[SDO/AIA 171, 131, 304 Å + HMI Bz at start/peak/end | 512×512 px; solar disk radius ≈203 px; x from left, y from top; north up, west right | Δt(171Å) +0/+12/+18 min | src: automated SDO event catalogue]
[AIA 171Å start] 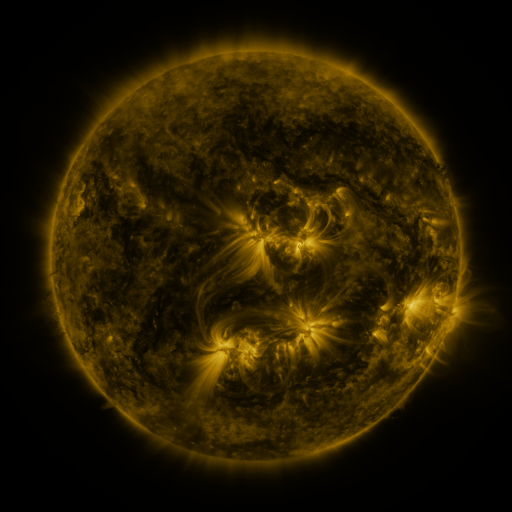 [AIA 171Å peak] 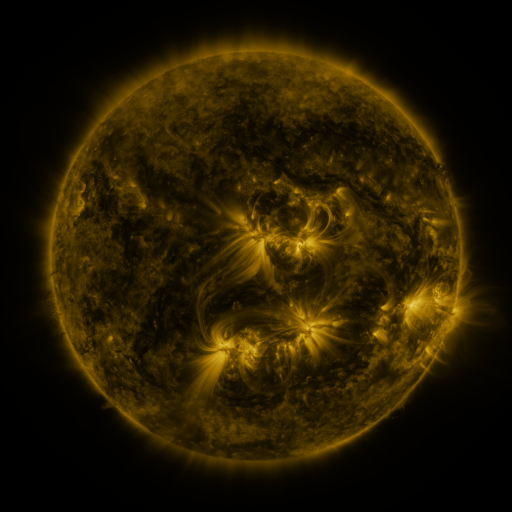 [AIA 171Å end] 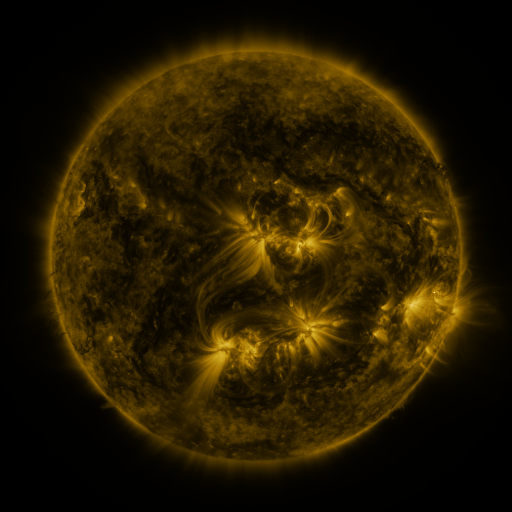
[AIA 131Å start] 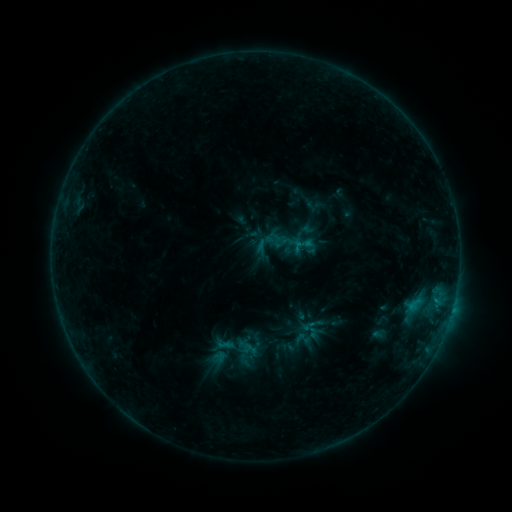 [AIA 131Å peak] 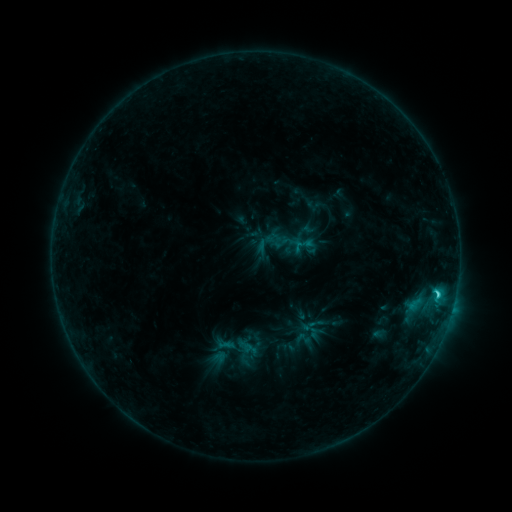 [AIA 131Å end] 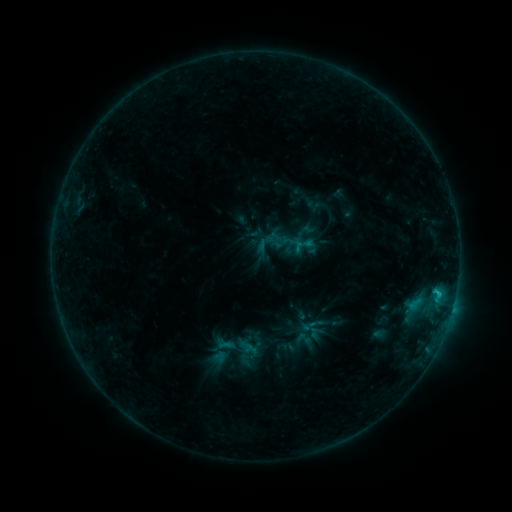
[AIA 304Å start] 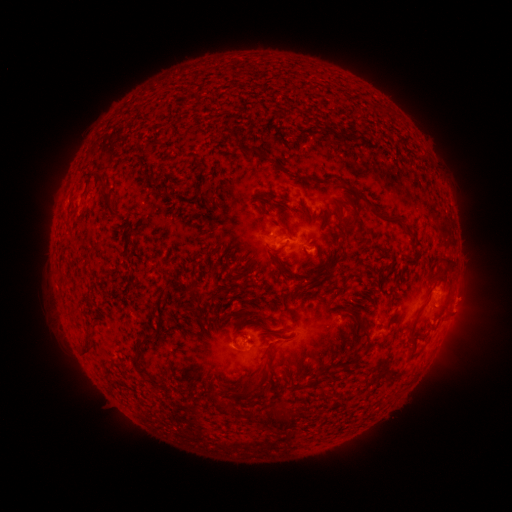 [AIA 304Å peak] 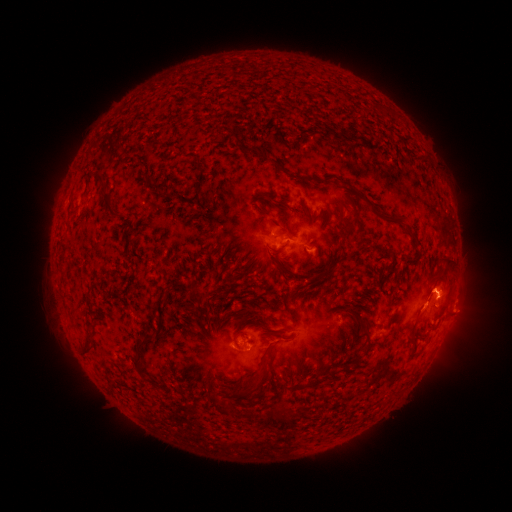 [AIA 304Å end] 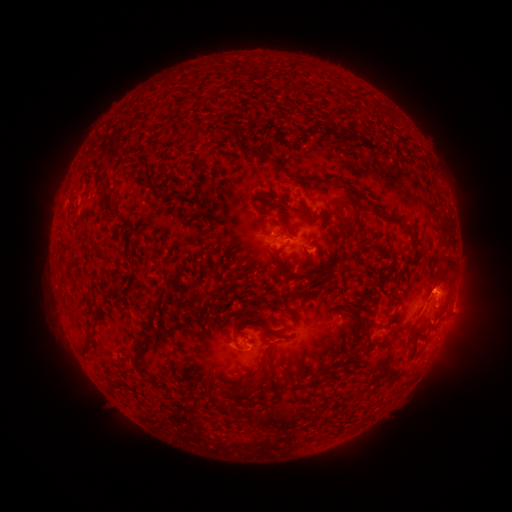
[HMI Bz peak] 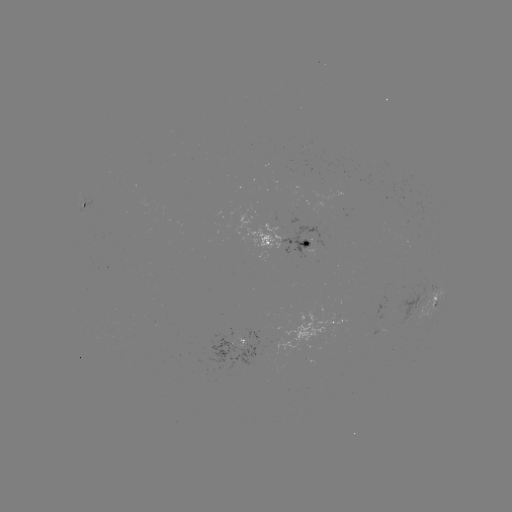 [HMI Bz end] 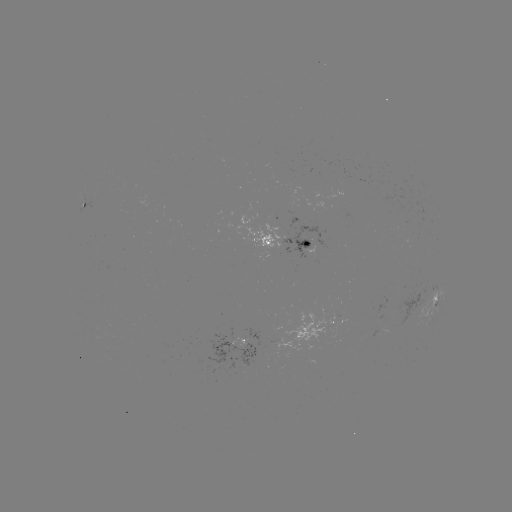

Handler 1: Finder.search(C1.9 flare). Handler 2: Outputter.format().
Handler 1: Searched C1.9 flare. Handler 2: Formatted (437, 292).